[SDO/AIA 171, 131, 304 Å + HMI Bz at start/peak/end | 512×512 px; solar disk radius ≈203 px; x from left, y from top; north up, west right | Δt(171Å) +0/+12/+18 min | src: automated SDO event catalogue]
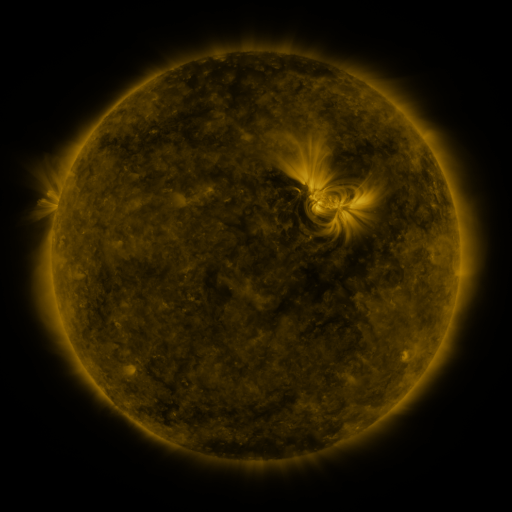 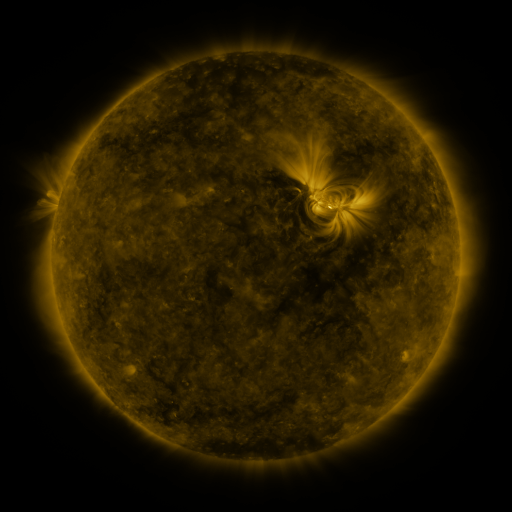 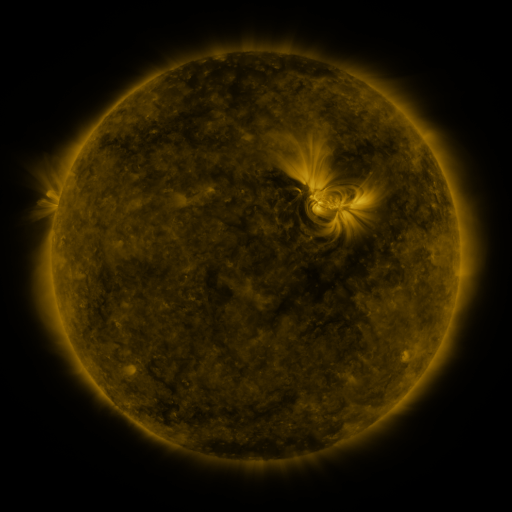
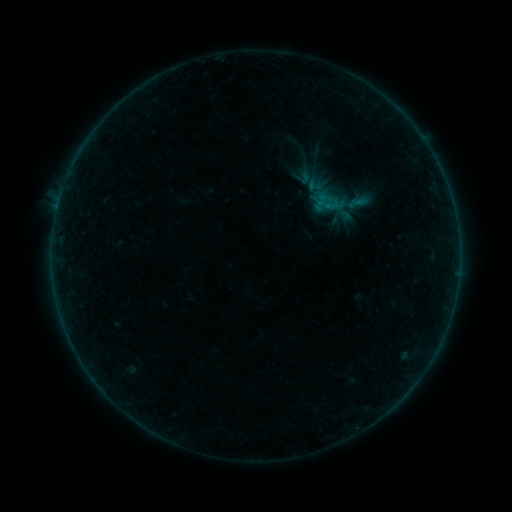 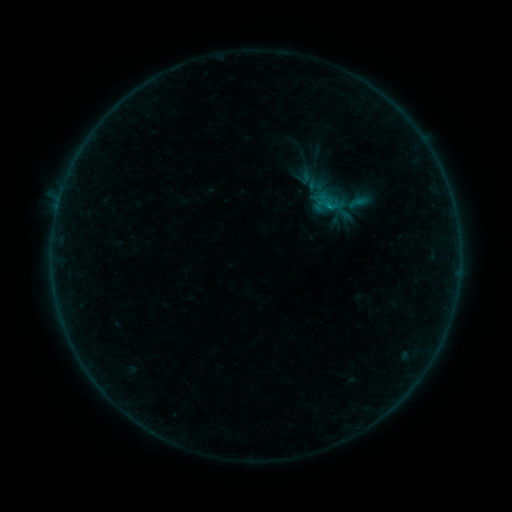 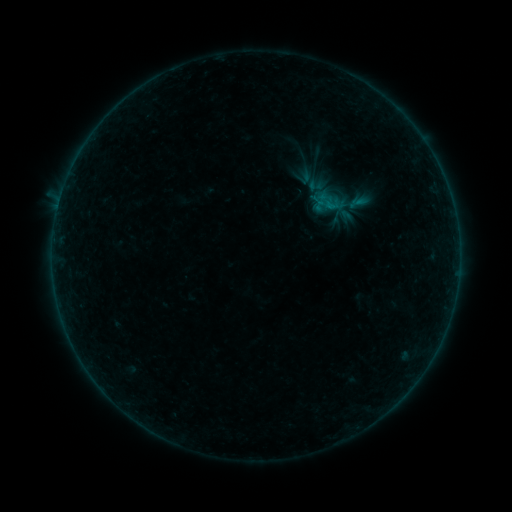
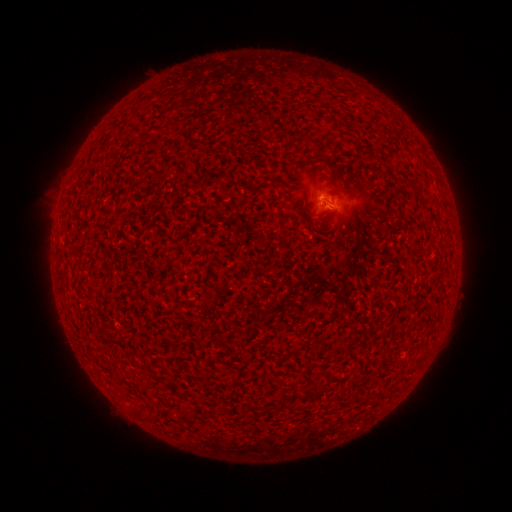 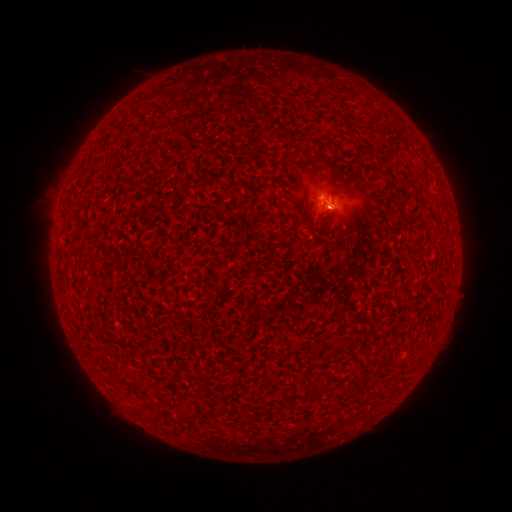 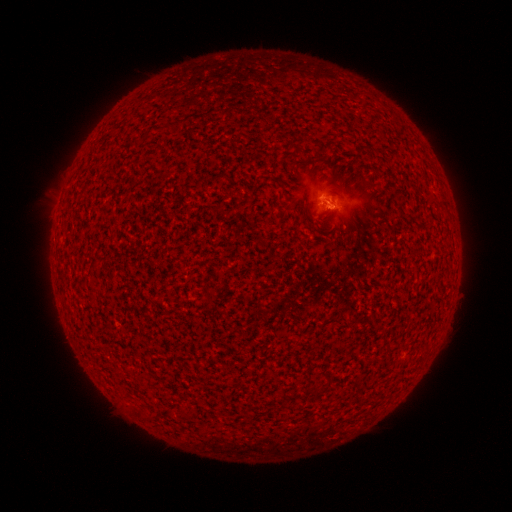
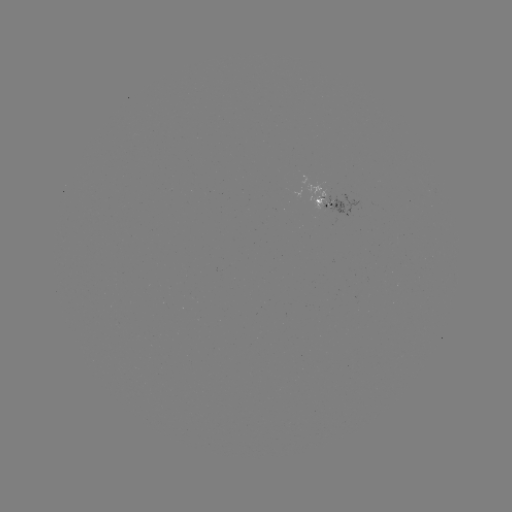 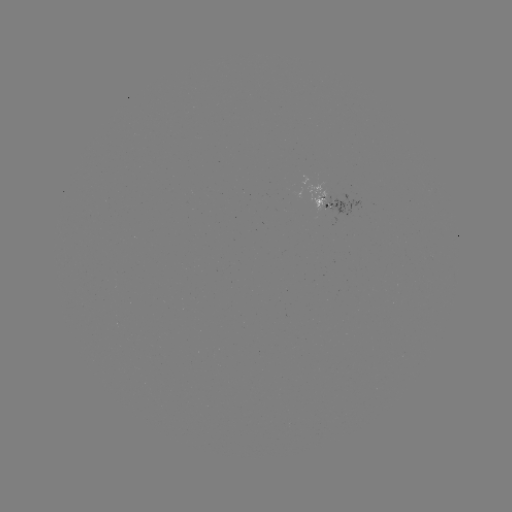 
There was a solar flare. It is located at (330, 207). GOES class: B1.3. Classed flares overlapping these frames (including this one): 1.